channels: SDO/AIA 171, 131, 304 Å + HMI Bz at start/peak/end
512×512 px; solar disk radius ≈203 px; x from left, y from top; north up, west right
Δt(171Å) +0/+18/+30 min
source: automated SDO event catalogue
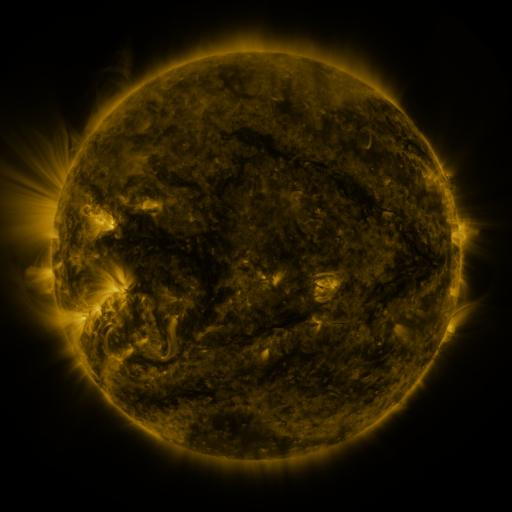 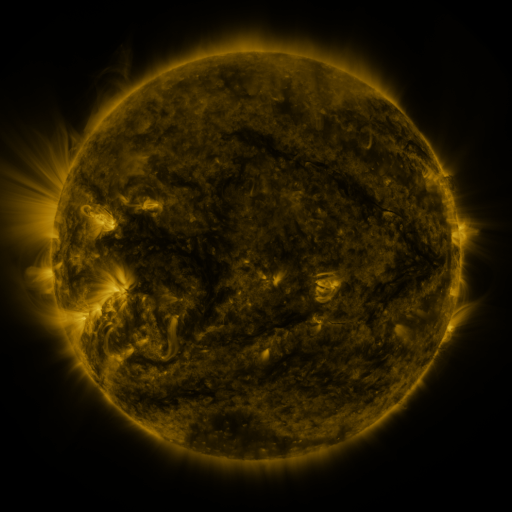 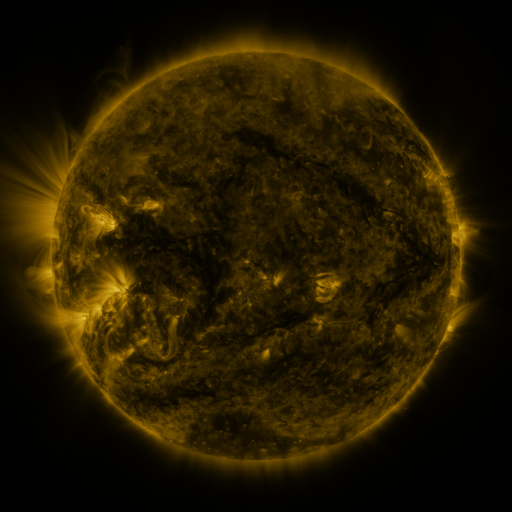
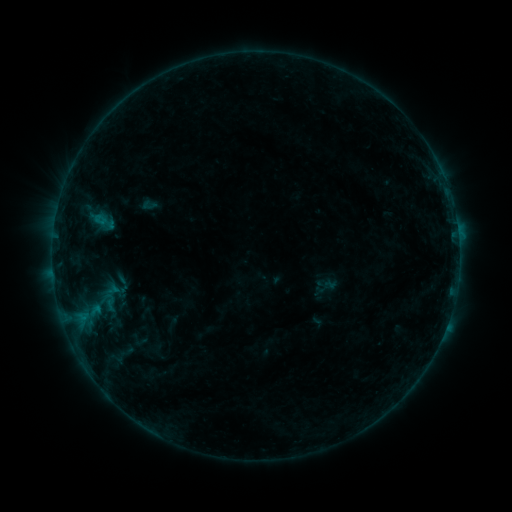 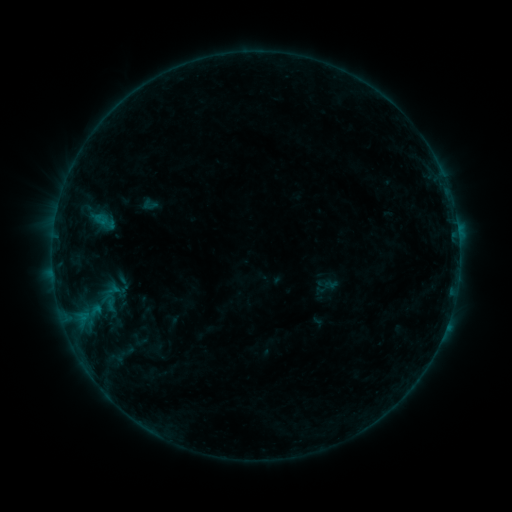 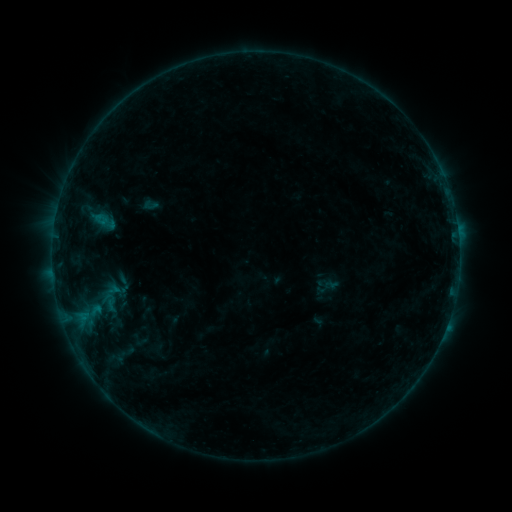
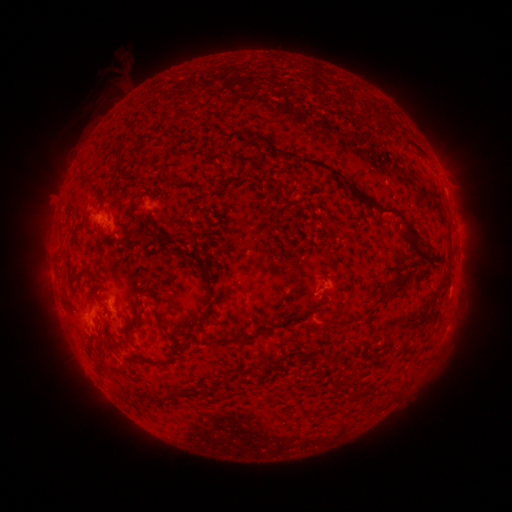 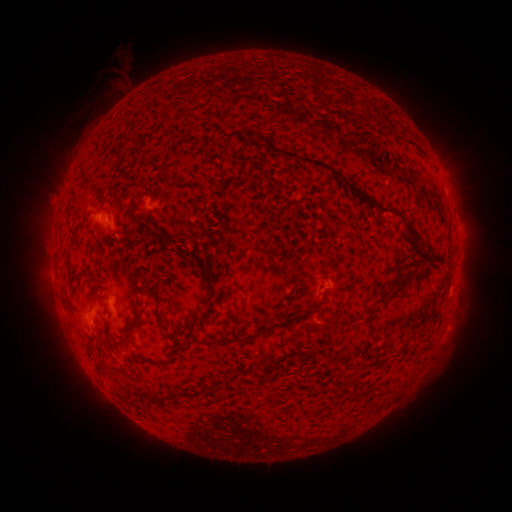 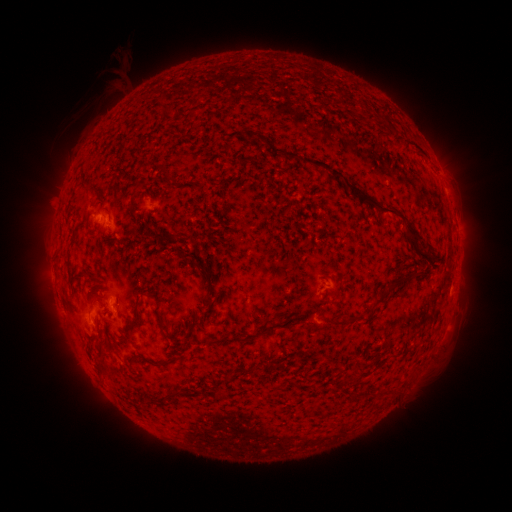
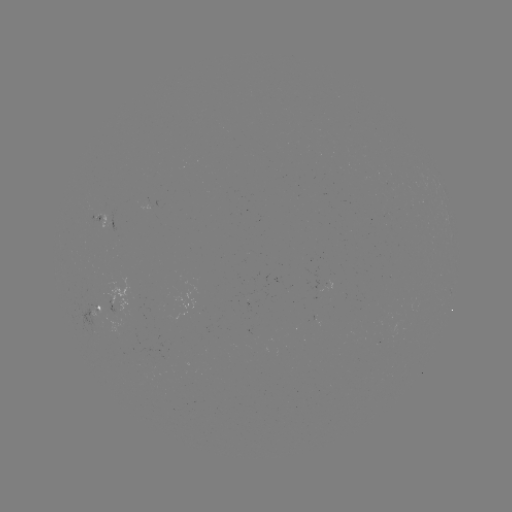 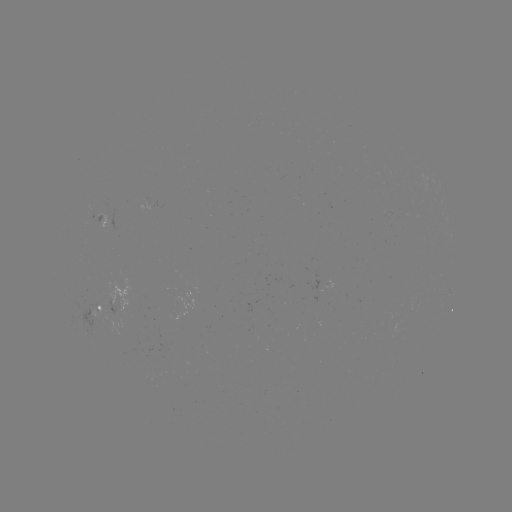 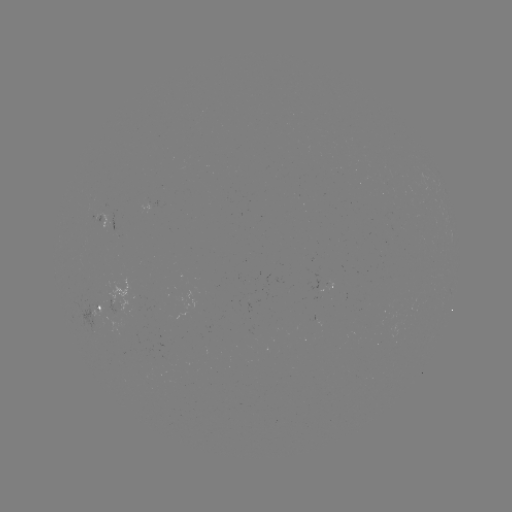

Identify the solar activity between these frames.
no classed flare was catalogued and no EUV brightening was flagged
